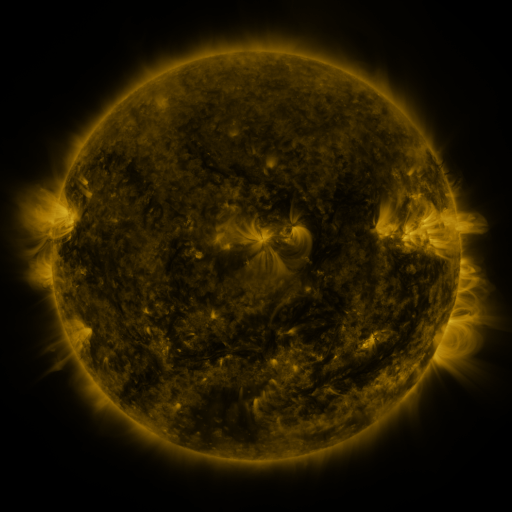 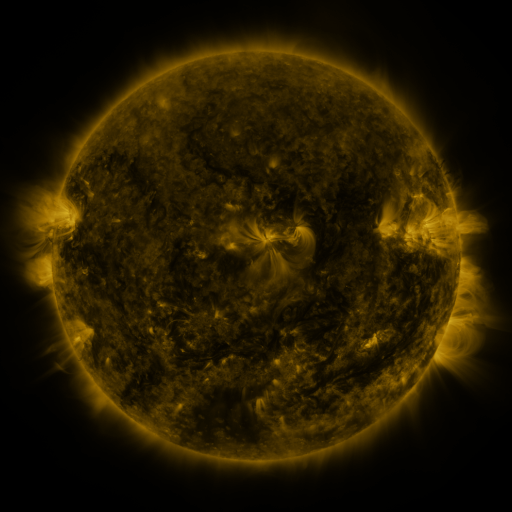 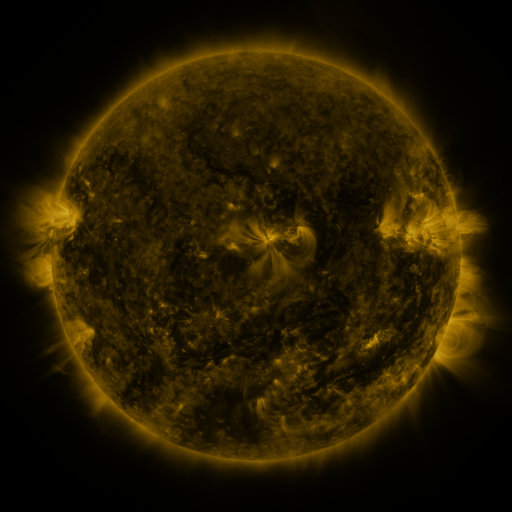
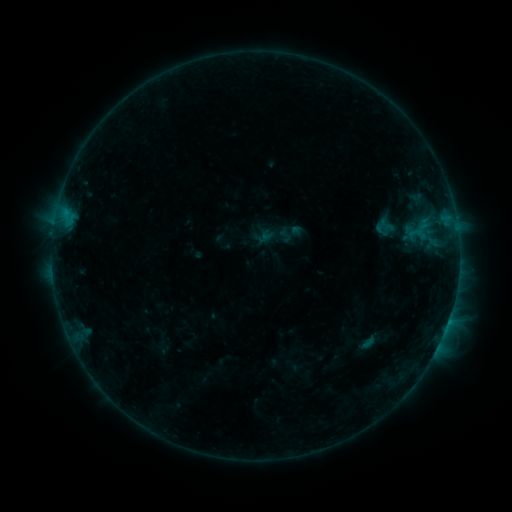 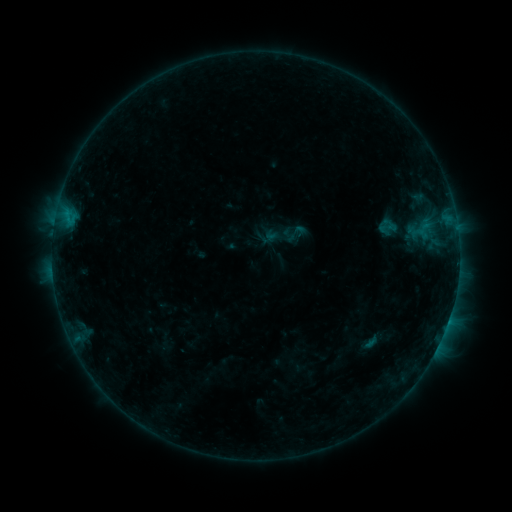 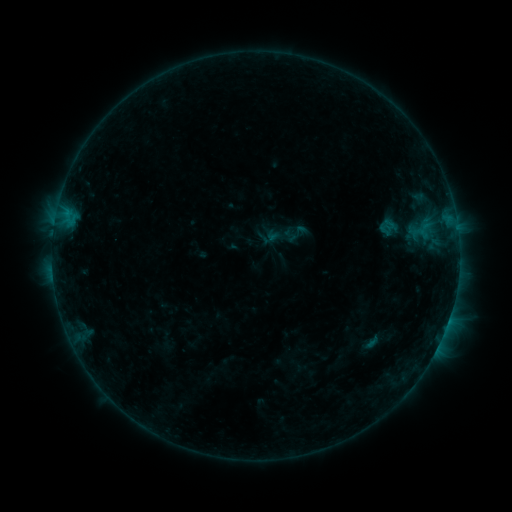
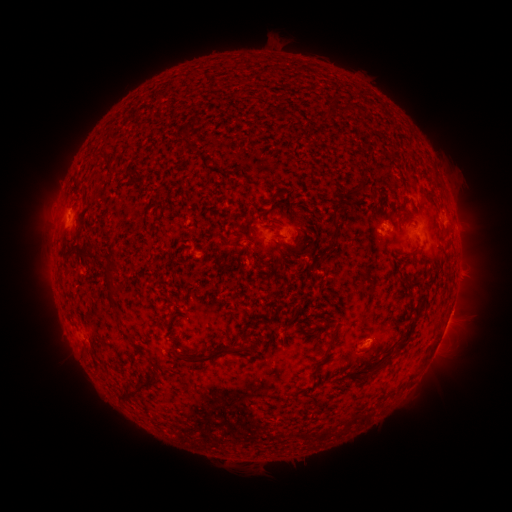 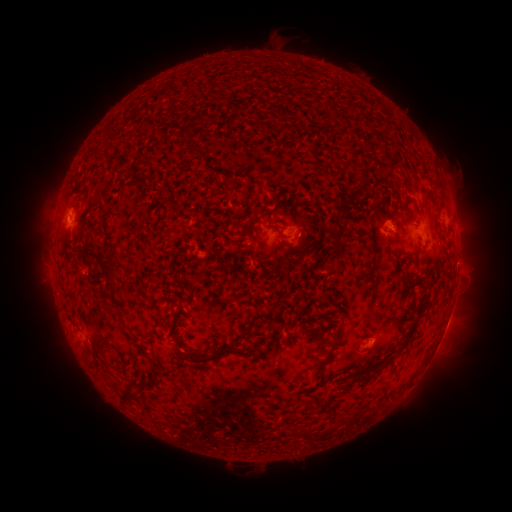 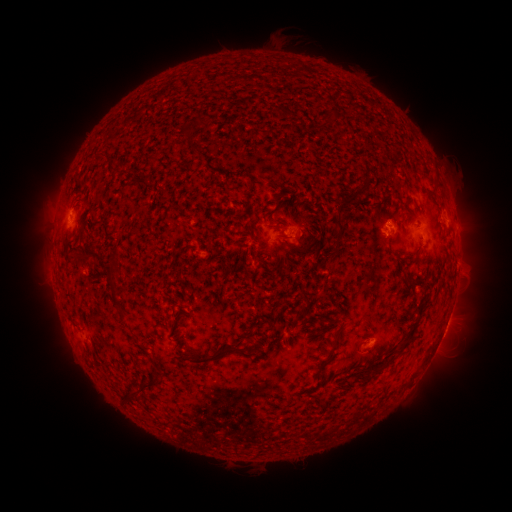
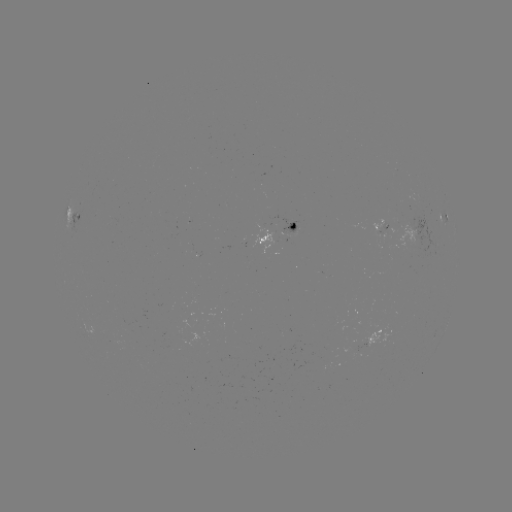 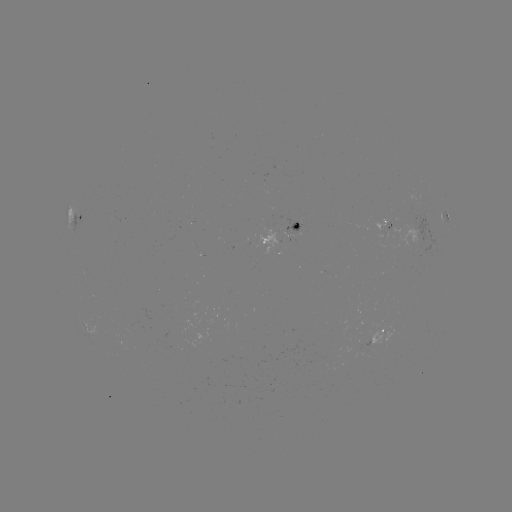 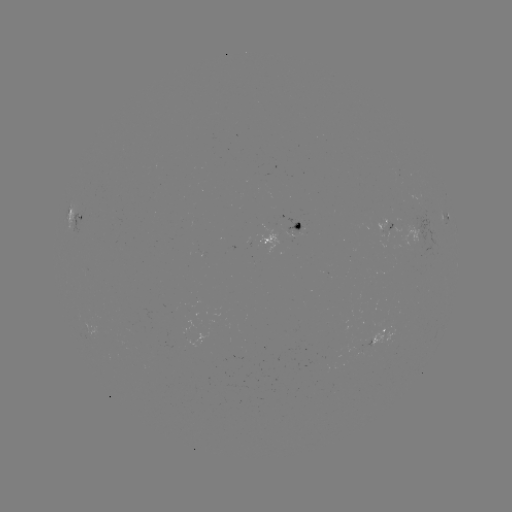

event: emerging-flux region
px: (297, 229)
